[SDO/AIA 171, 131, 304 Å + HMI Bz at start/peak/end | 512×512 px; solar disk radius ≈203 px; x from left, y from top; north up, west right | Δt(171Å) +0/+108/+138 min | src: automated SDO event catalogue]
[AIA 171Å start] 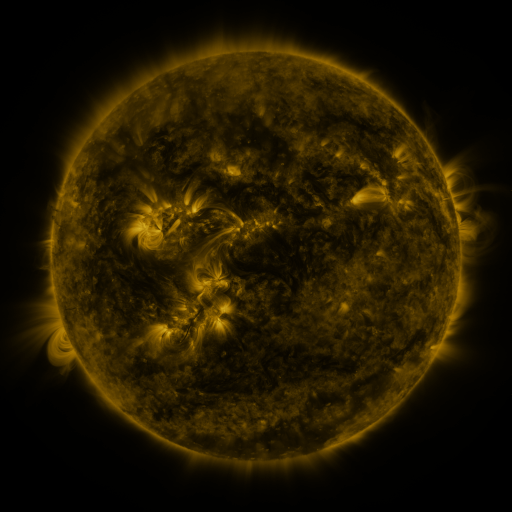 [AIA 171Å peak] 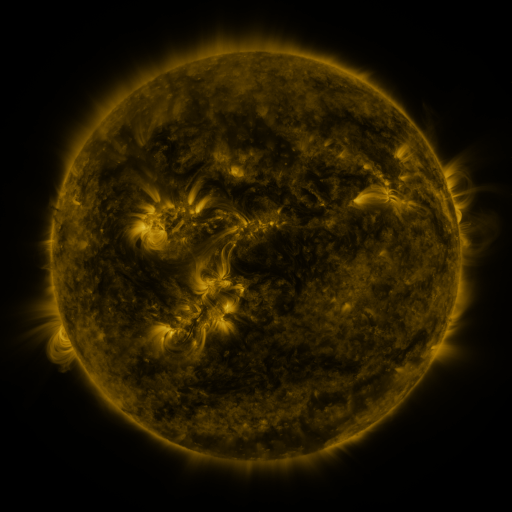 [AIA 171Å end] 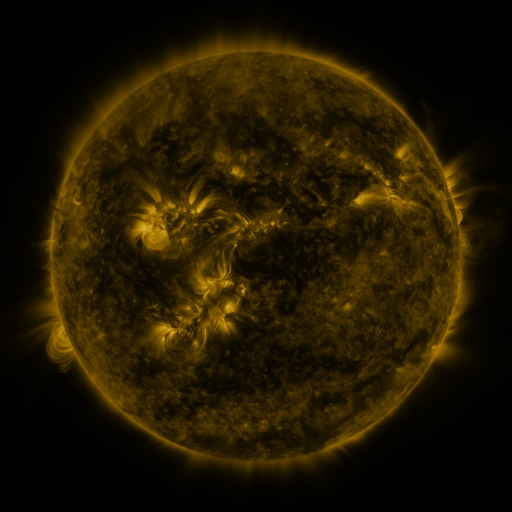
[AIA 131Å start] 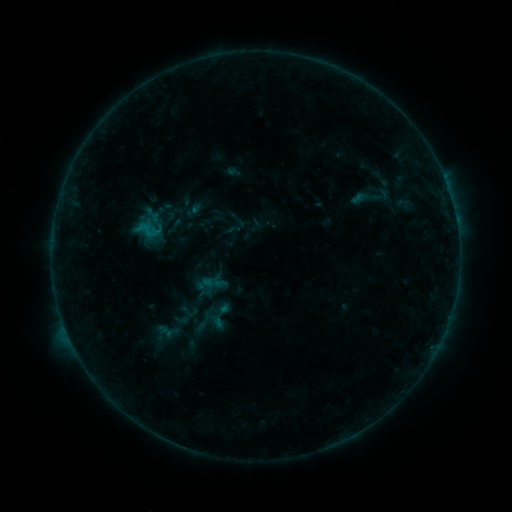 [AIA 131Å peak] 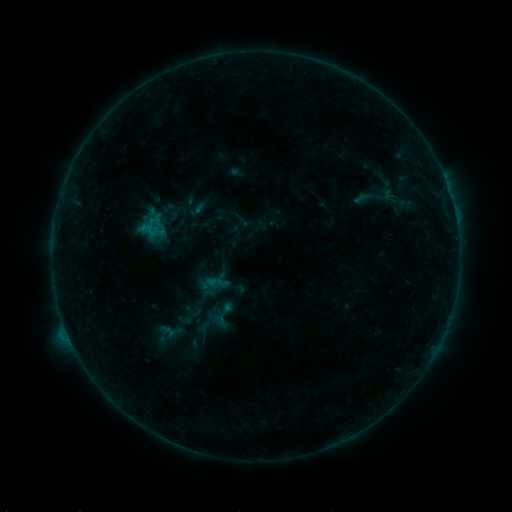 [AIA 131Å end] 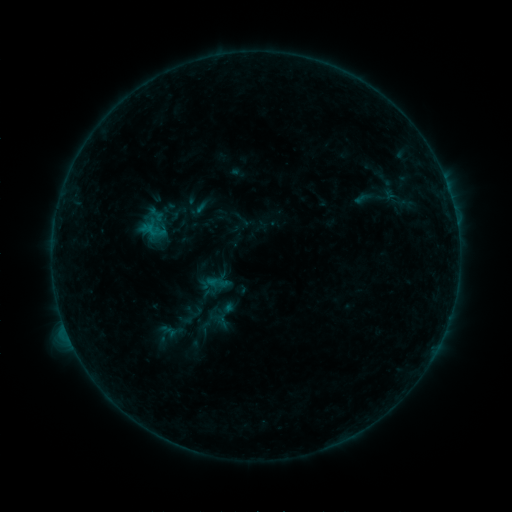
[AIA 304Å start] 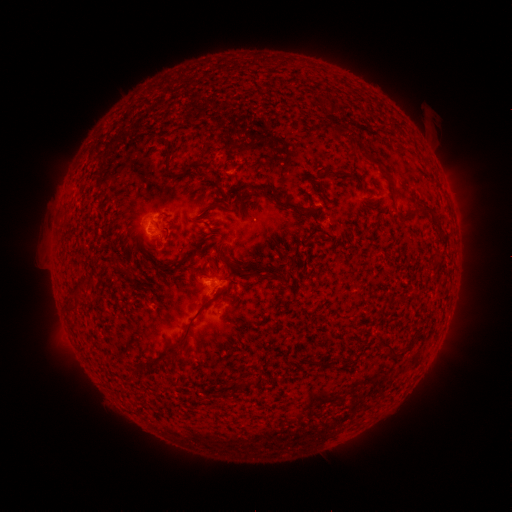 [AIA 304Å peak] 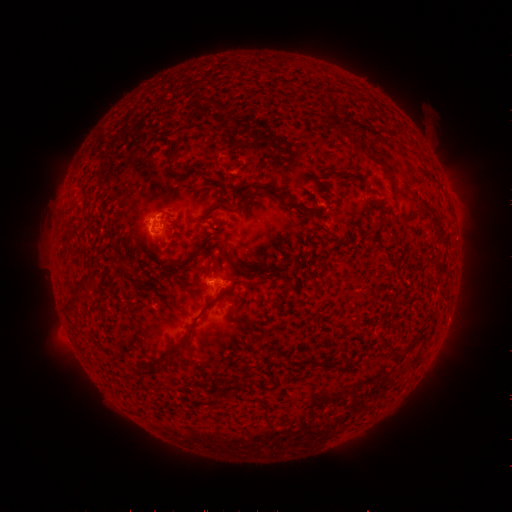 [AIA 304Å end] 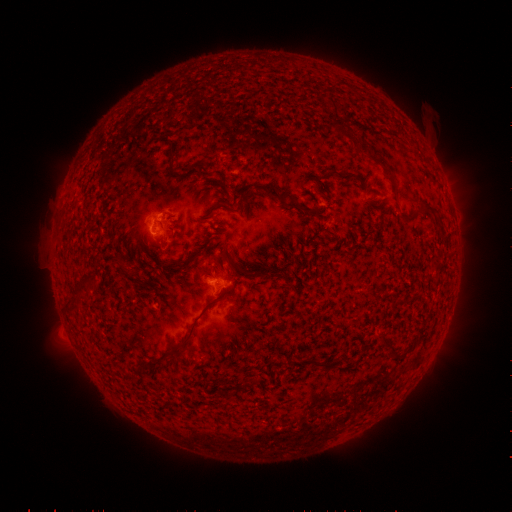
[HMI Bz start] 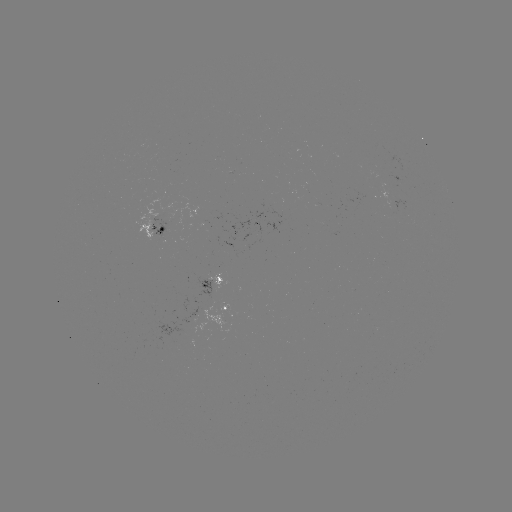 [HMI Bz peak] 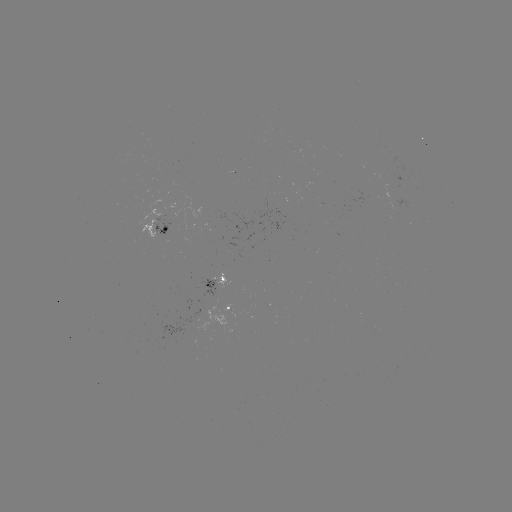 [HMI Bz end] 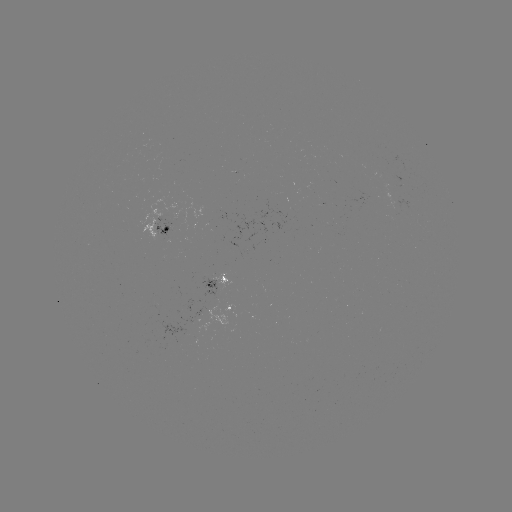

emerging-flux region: [138, 200, 175, 242]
